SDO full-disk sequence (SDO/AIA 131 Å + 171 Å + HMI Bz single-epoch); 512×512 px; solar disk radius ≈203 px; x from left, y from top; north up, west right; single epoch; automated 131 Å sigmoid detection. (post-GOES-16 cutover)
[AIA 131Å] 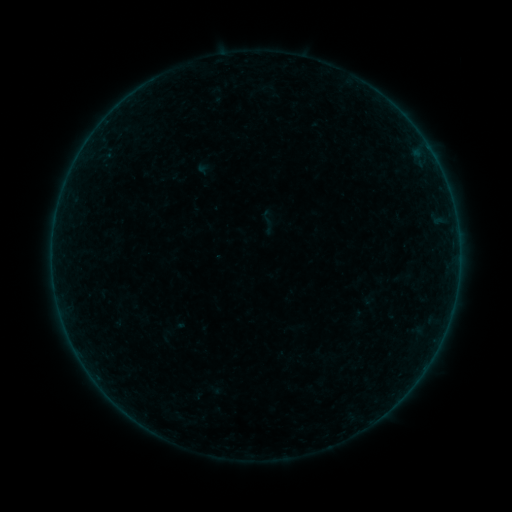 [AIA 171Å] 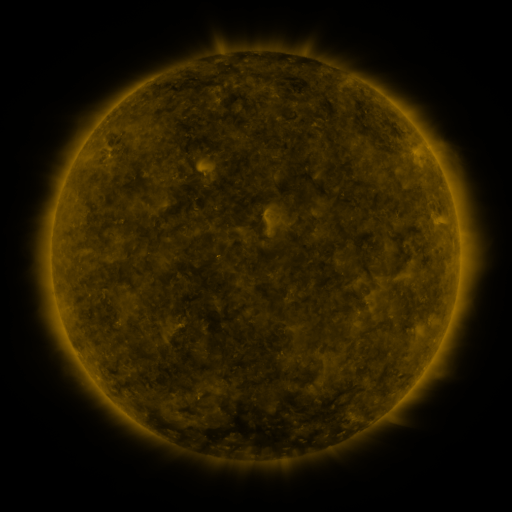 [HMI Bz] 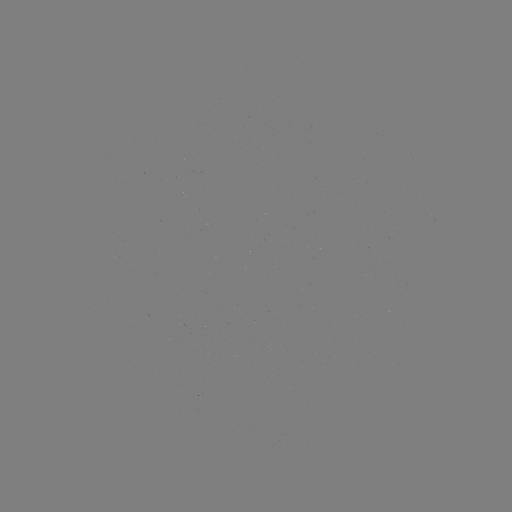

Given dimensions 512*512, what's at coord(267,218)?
sigmoid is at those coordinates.